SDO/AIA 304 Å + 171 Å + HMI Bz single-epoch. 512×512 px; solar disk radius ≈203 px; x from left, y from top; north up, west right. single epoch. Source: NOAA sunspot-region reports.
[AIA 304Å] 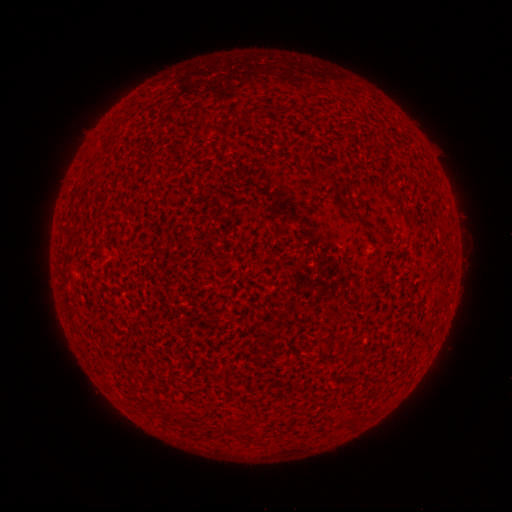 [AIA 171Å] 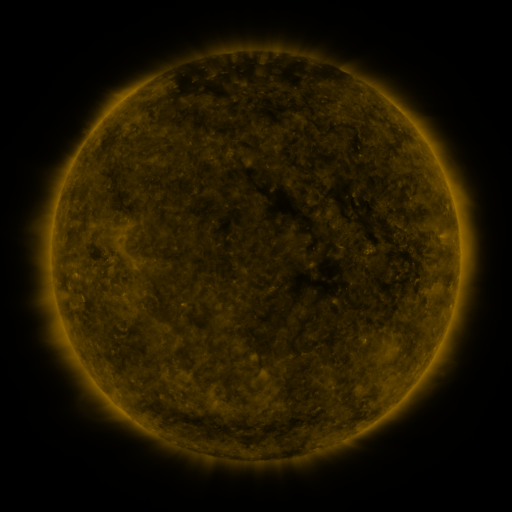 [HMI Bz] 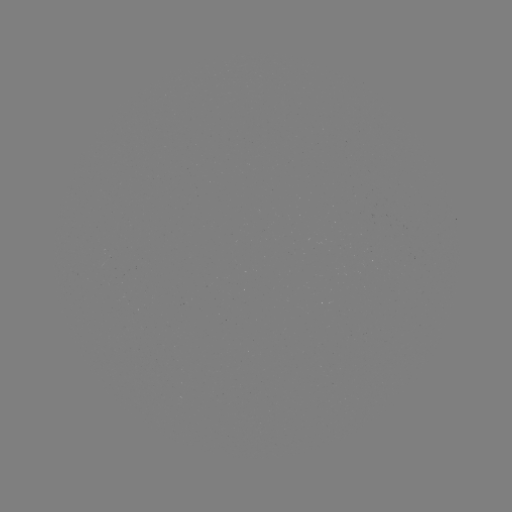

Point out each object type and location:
(none)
